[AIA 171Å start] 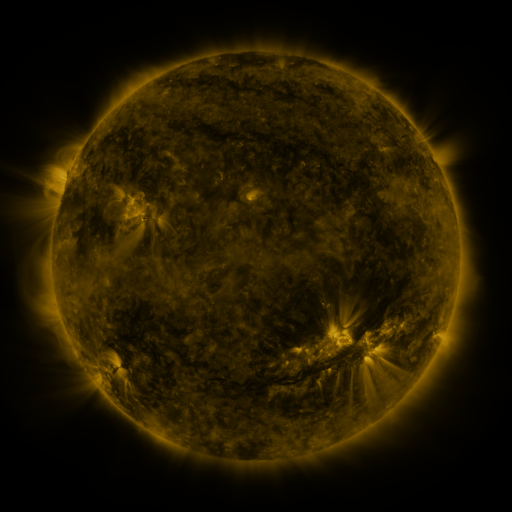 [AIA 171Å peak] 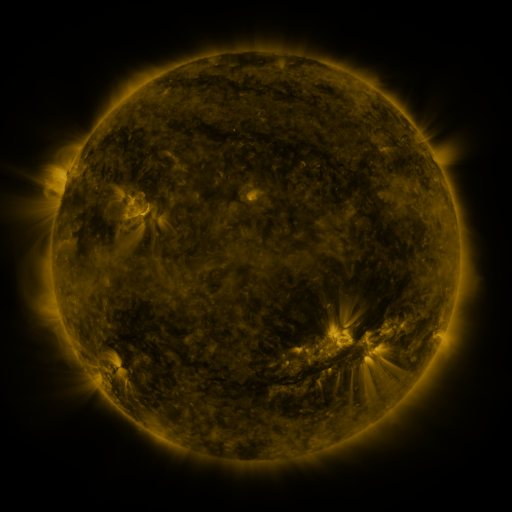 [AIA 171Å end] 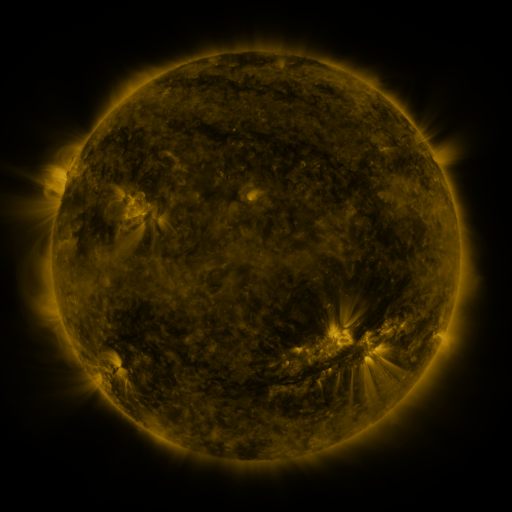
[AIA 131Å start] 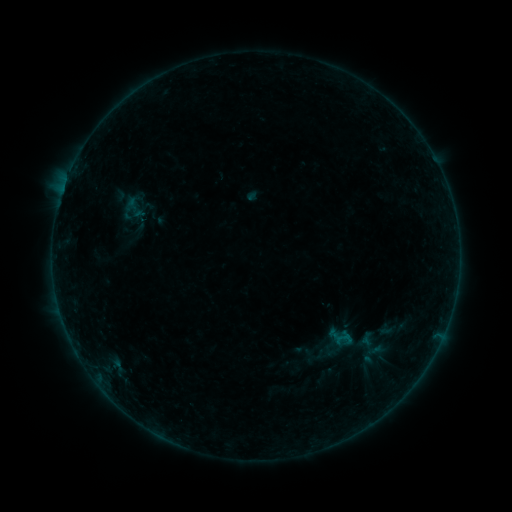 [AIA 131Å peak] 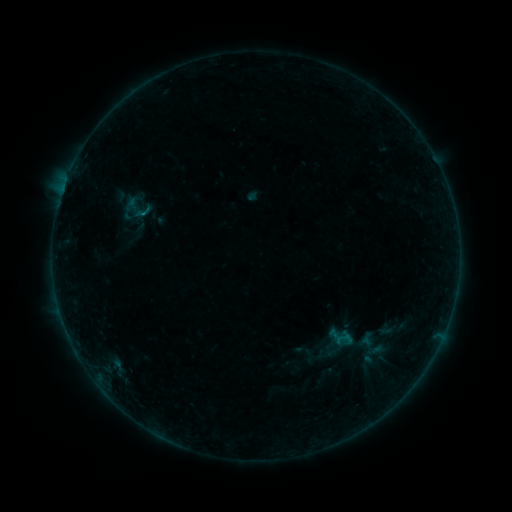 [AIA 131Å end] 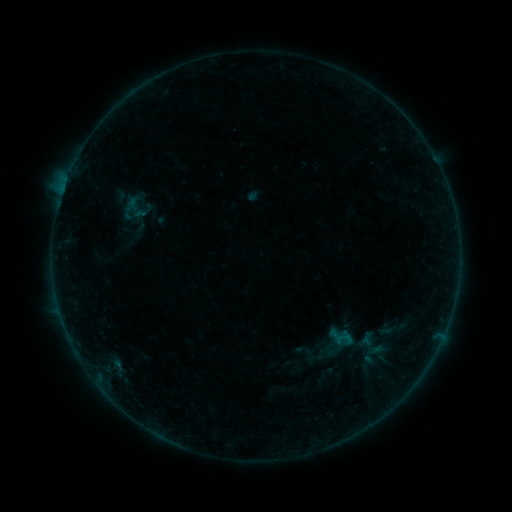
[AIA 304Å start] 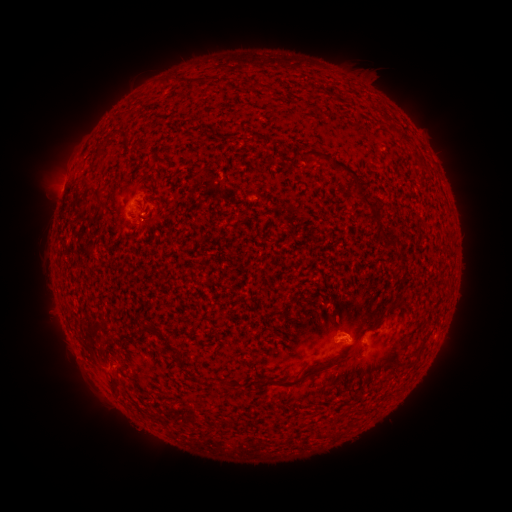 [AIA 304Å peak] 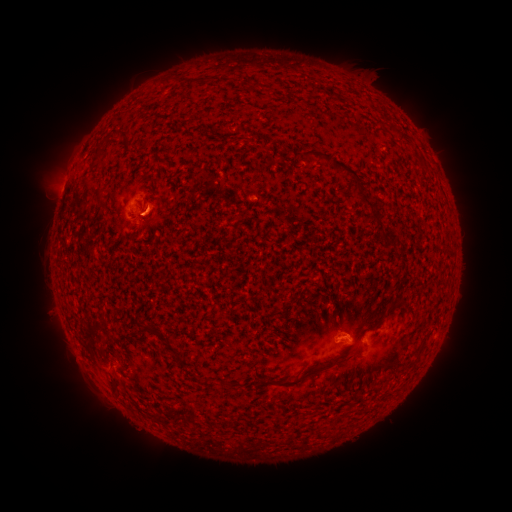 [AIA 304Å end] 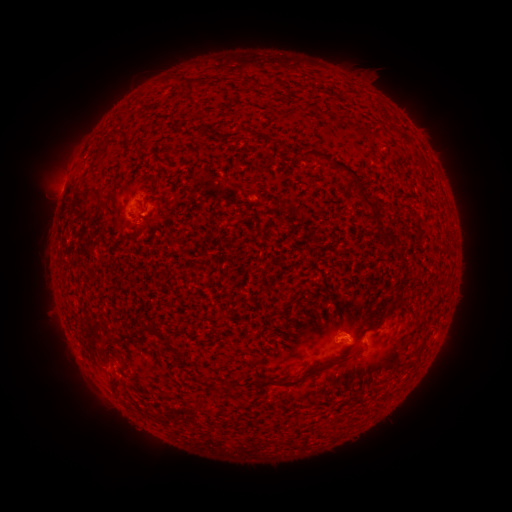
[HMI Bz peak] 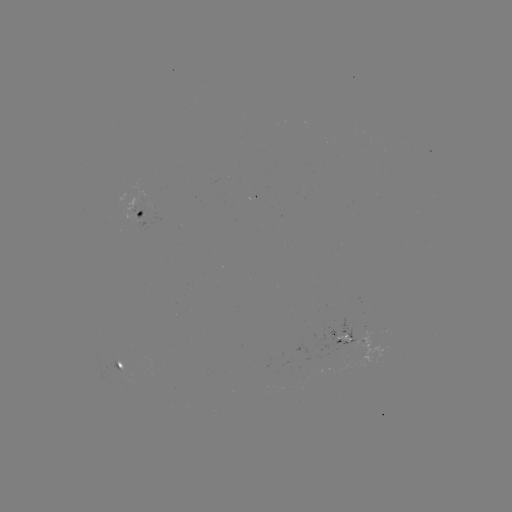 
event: flare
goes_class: B1.5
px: (146, 216)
